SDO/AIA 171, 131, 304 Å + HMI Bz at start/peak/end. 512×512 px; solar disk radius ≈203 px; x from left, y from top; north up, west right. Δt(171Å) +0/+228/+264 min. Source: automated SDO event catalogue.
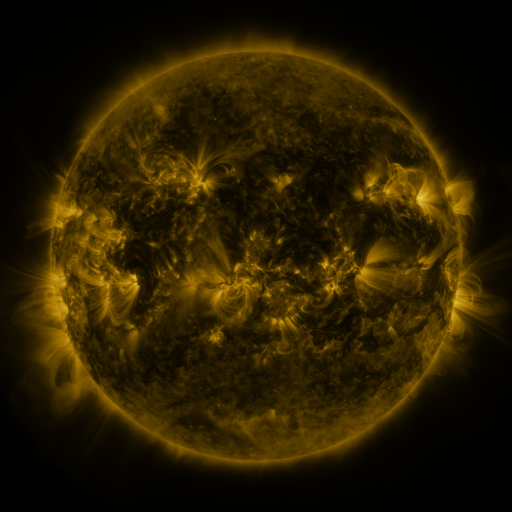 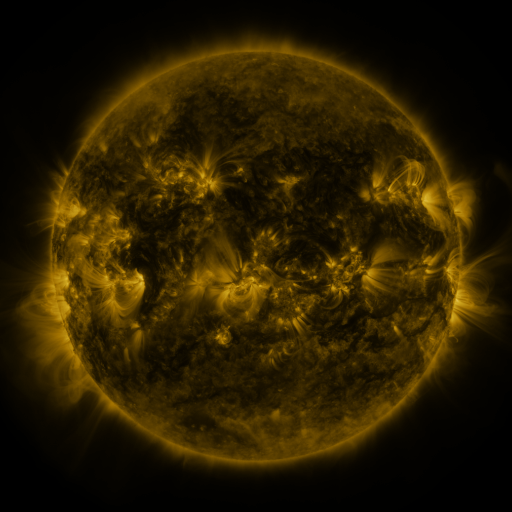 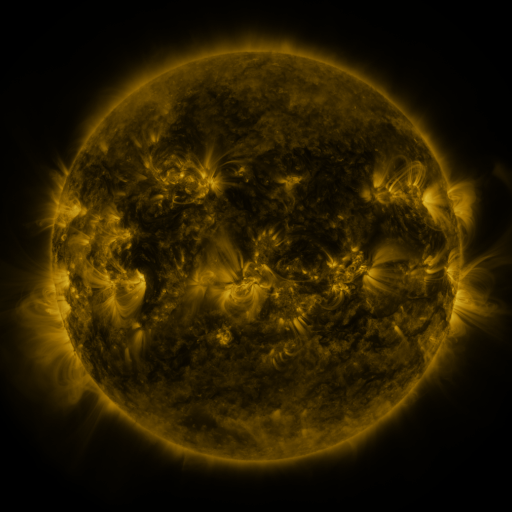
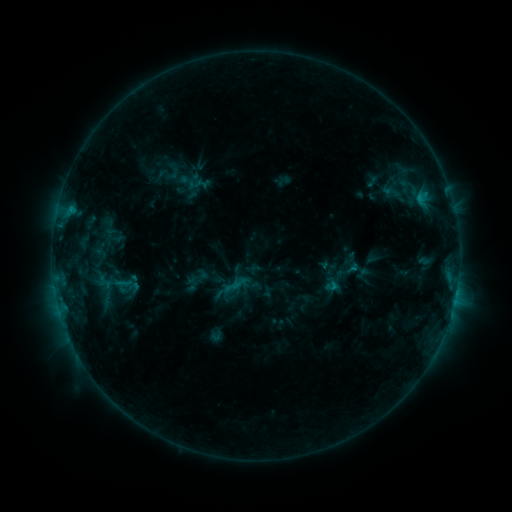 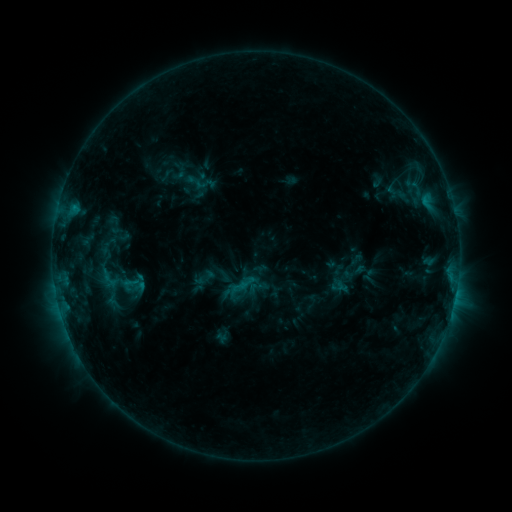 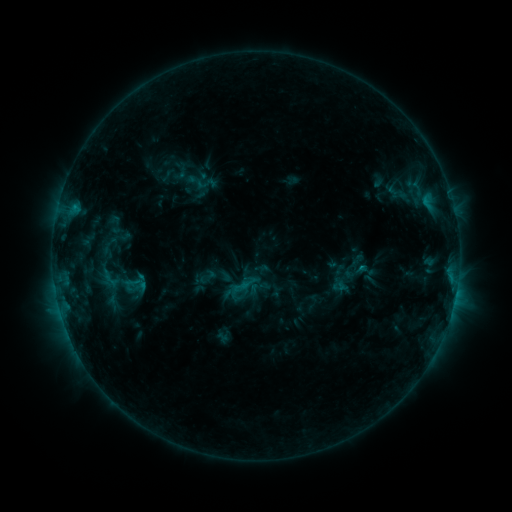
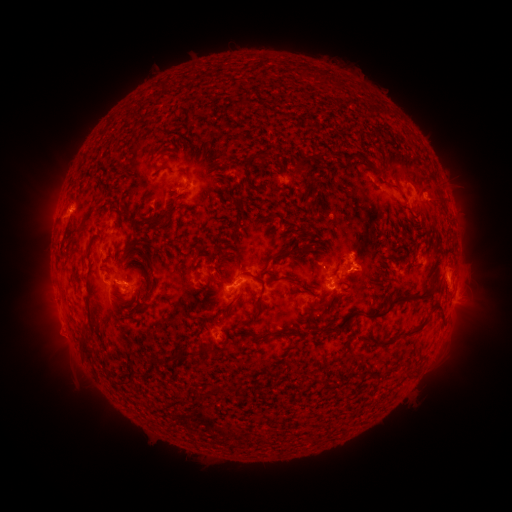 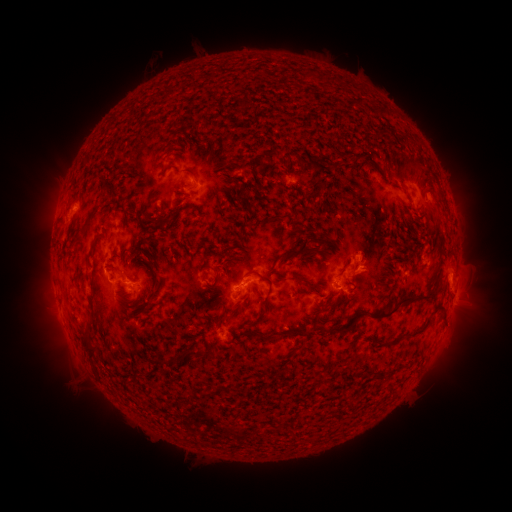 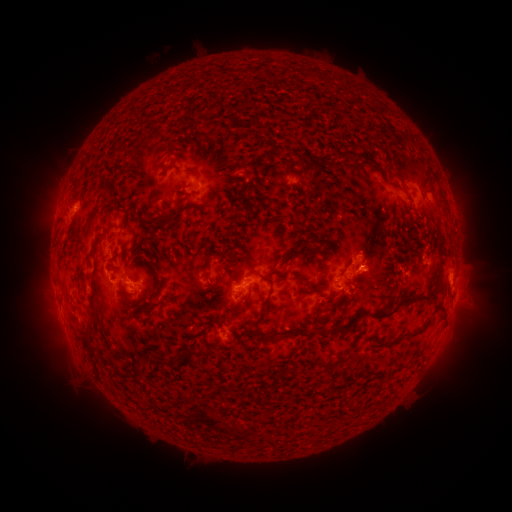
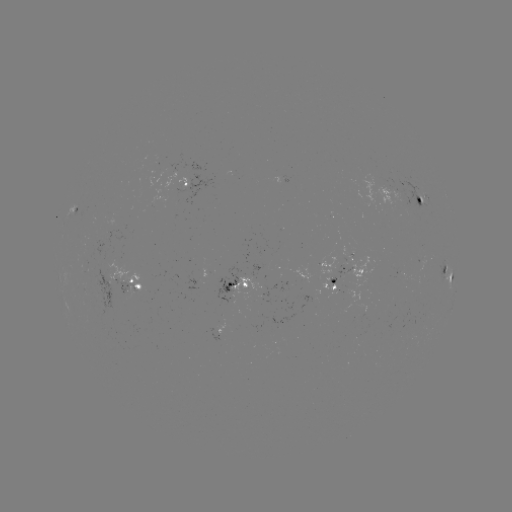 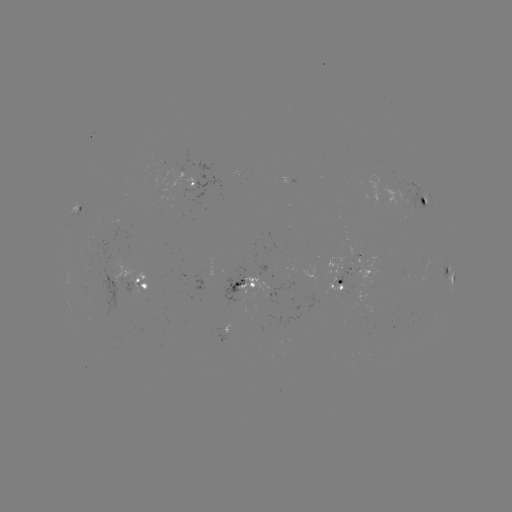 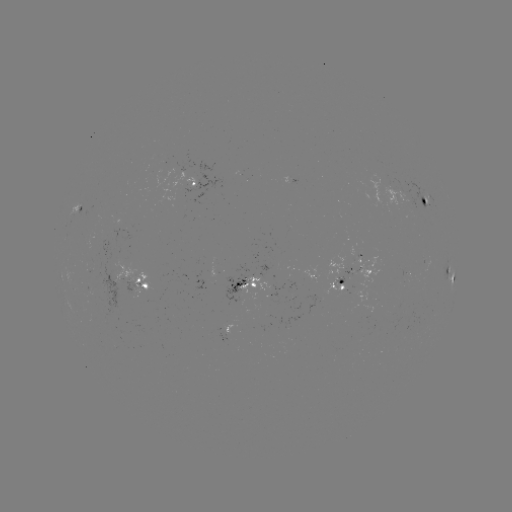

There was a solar emerging-flux region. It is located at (362, 264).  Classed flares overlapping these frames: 1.